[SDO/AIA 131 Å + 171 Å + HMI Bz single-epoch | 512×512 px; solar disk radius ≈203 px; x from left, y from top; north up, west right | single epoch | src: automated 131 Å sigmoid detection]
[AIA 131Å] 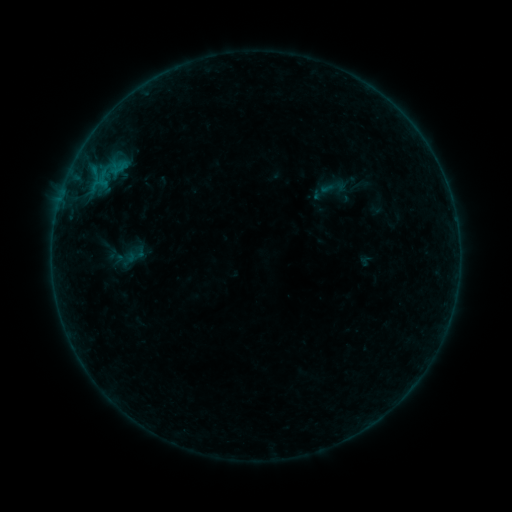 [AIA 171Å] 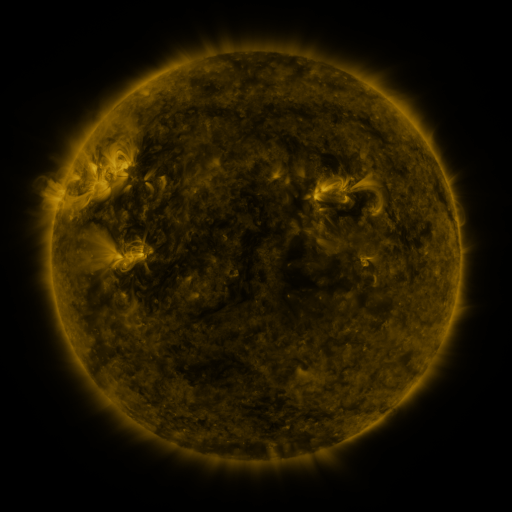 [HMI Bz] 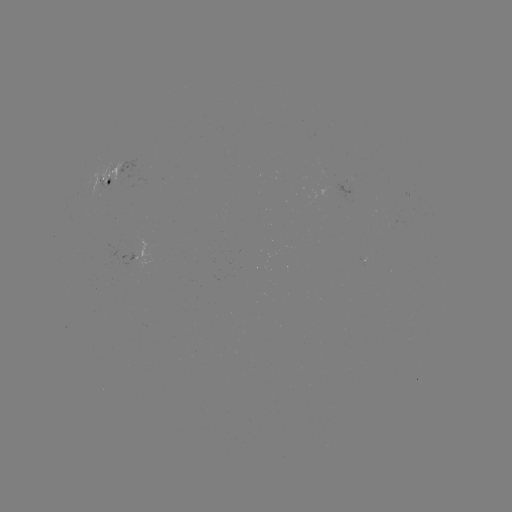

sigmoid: <bbox>318, 172, 351, 202</bbox>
